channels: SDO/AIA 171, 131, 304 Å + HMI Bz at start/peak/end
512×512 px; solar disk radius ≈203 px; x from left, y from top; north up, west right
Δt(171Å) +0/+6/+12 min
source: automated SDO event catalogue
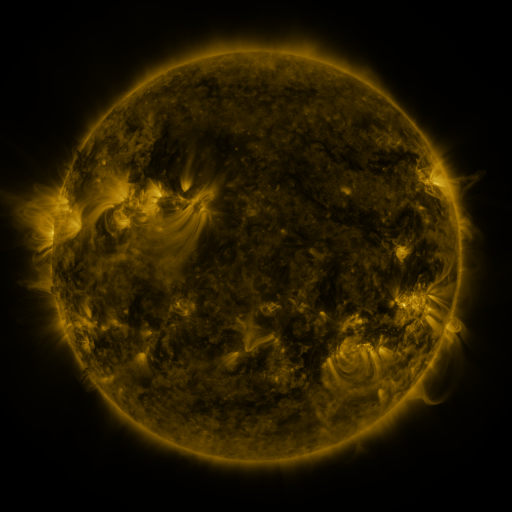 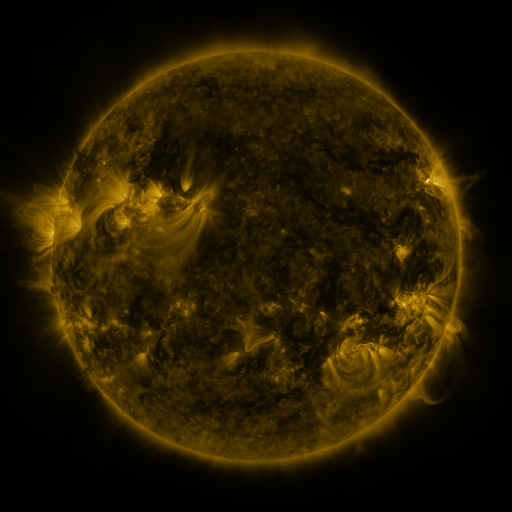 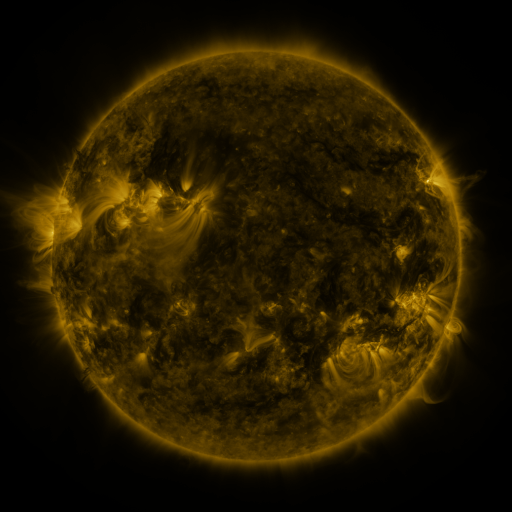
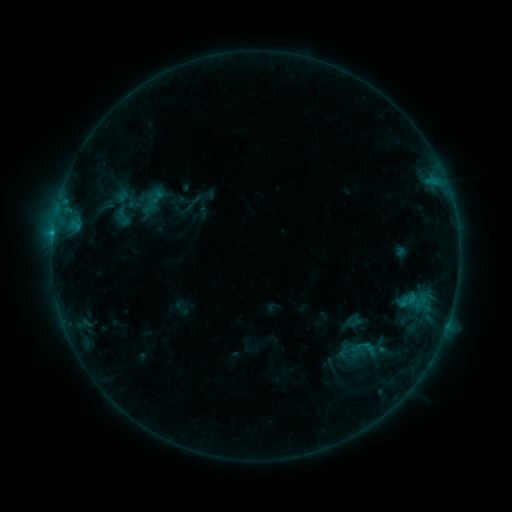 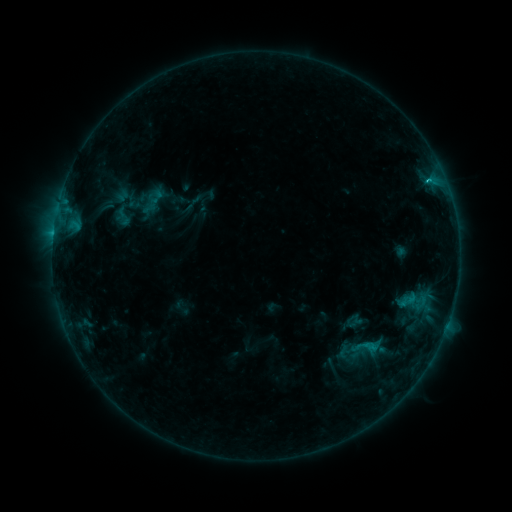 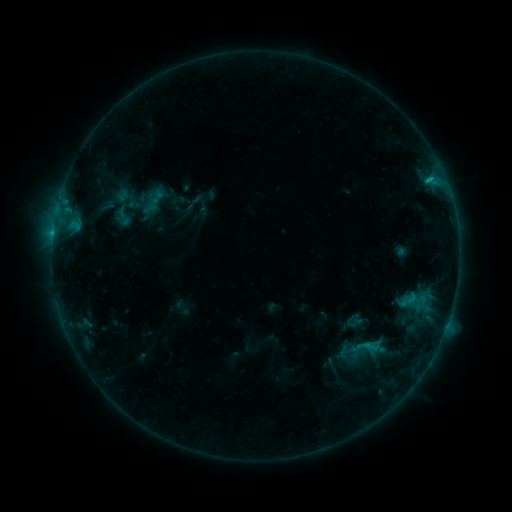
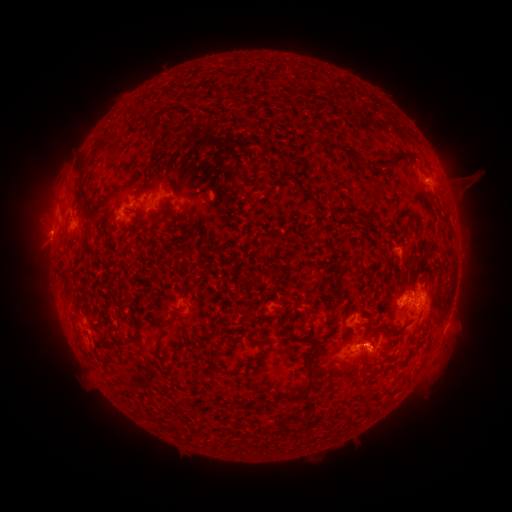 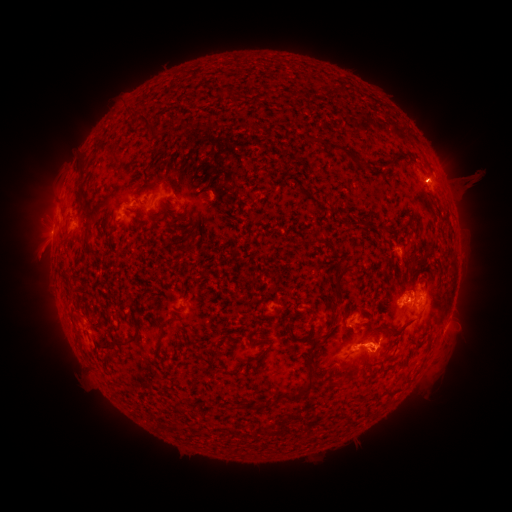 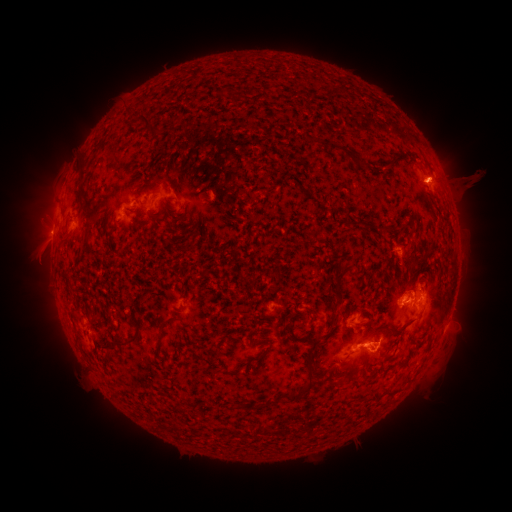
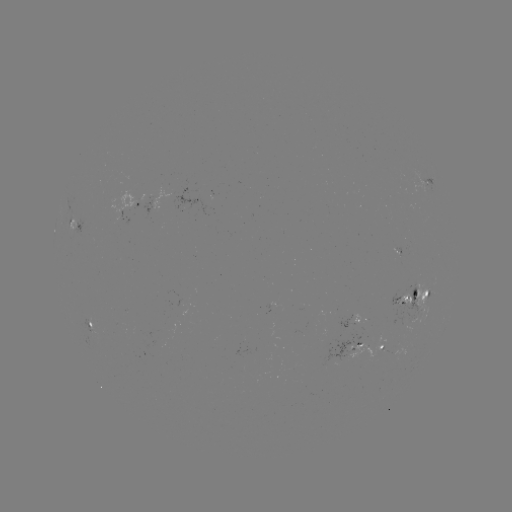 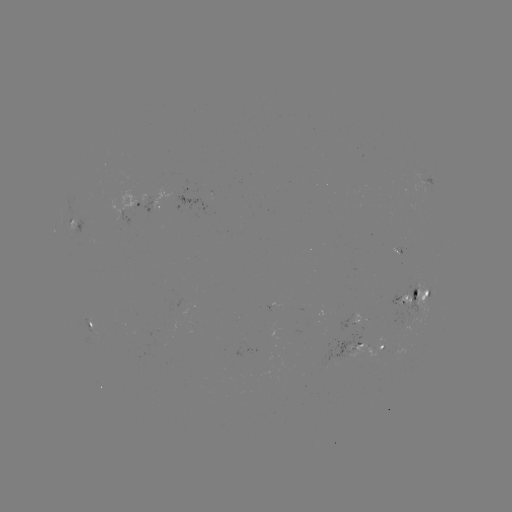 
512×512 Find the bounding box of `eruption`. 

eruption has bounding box [390, 144, 474, 218].